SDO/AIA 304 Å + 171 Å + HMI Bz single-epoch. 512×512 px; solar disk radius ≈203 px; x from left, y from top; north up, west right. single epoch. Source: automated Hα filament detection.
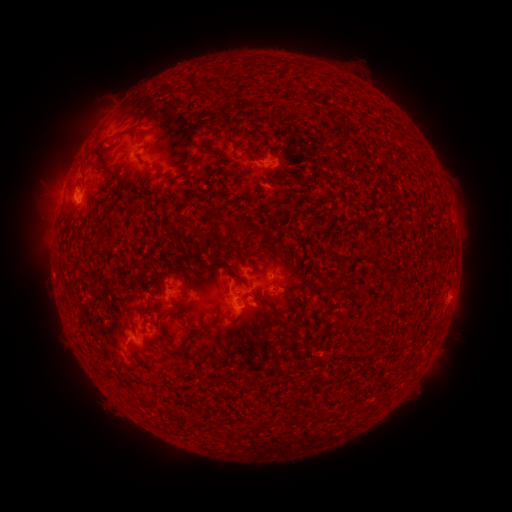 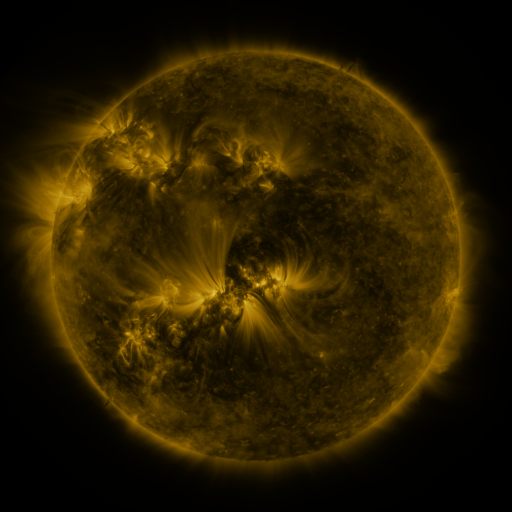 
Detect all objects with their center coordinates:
filament: [188, 74, 201, 90]
filament: [230, 138, 240, 148]
filament: [139, 155, 164, 175]
filament: [231, 271, 249, 296]
filament: [322, 280, 335, 290]
filament: [125, 302, 141, 331]
filament: [280, 302, 305, 314]
filament: [159, 338, 187, 354]
